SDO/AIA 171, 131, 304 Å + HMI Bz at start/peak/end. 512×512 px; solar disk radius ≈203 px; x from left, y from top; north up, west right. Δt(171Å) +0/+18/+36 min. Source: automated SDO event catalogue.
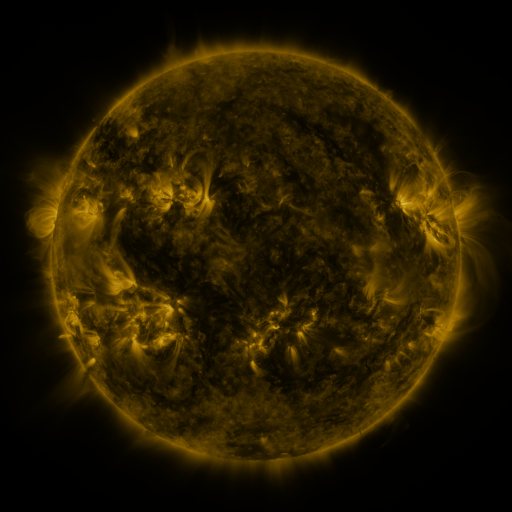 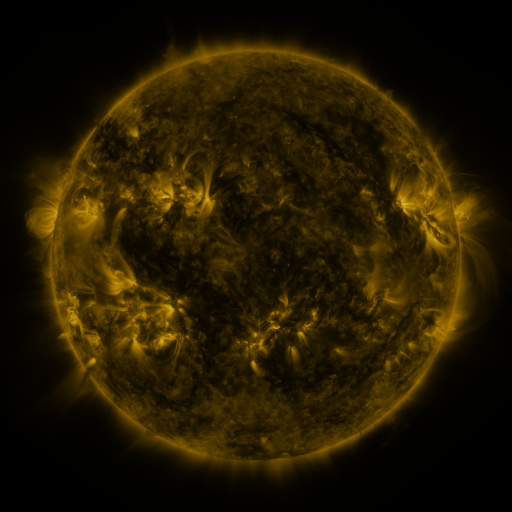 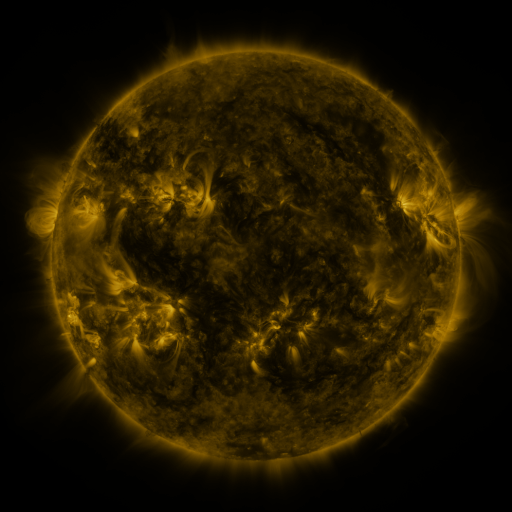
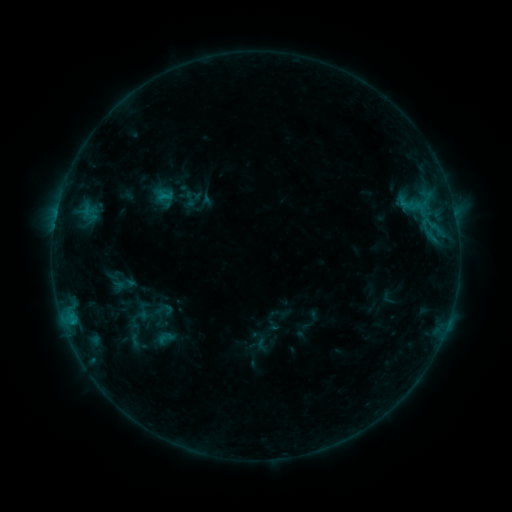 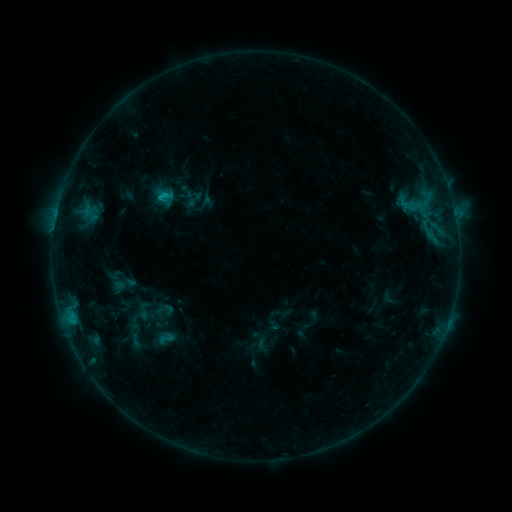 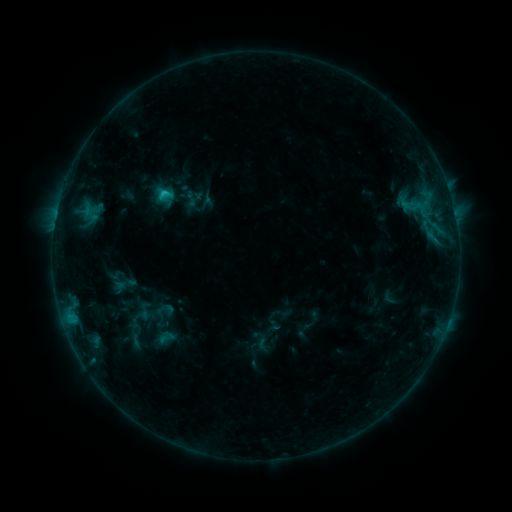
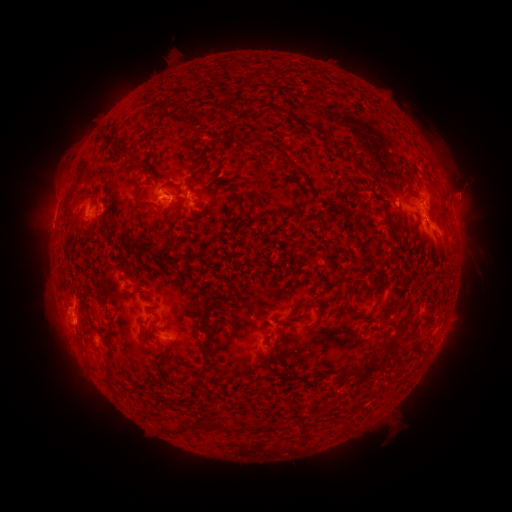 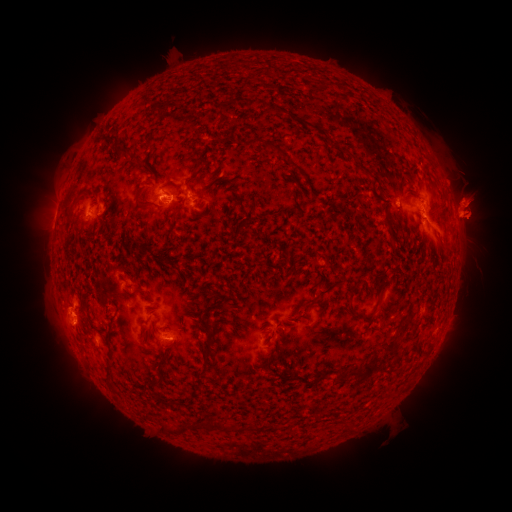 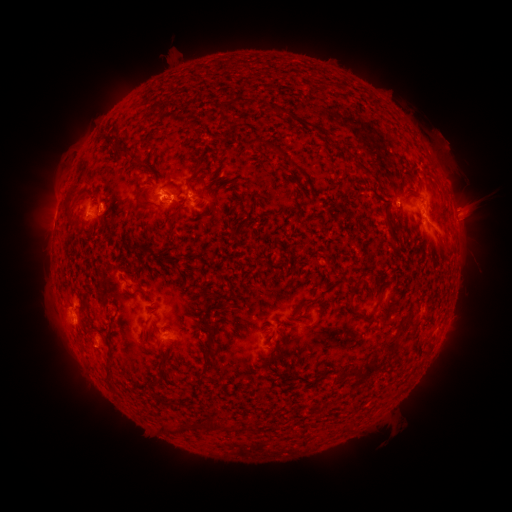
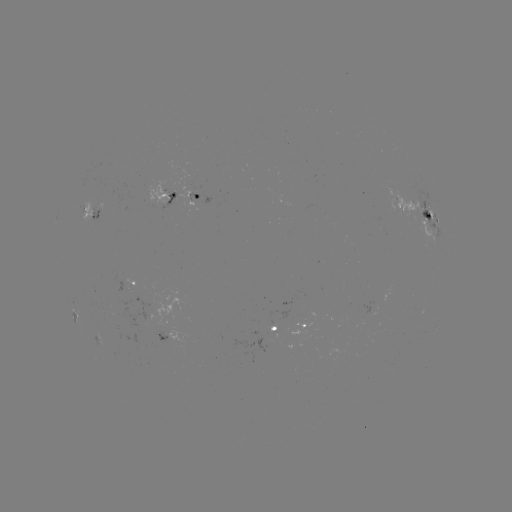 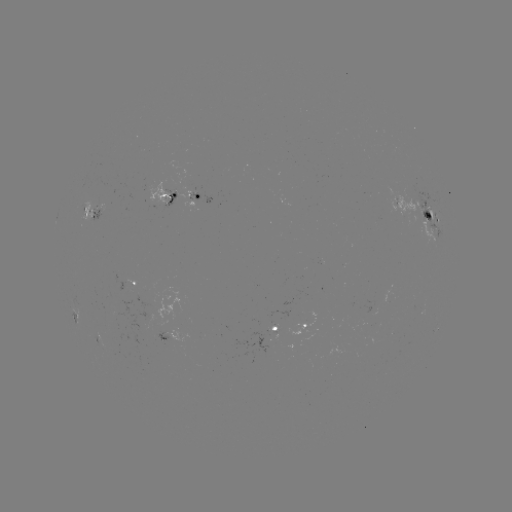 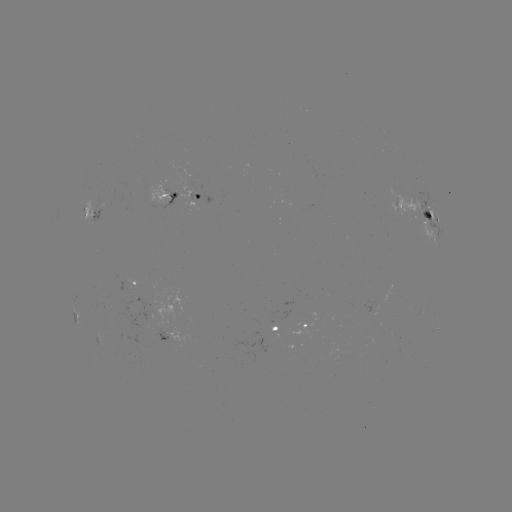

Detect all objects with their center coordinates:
eruption: (469, 204)
